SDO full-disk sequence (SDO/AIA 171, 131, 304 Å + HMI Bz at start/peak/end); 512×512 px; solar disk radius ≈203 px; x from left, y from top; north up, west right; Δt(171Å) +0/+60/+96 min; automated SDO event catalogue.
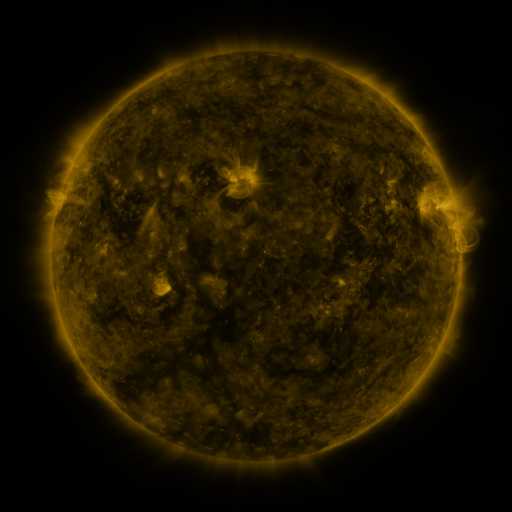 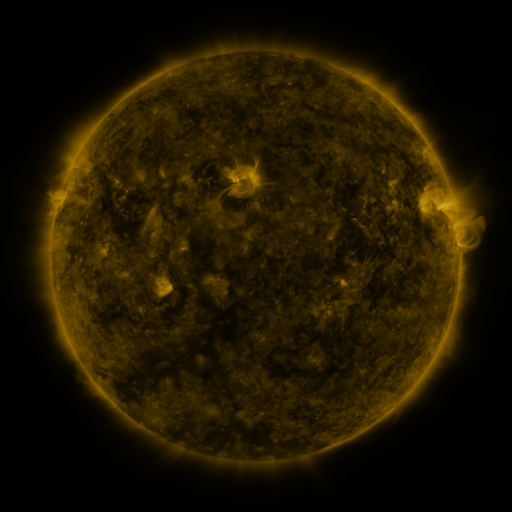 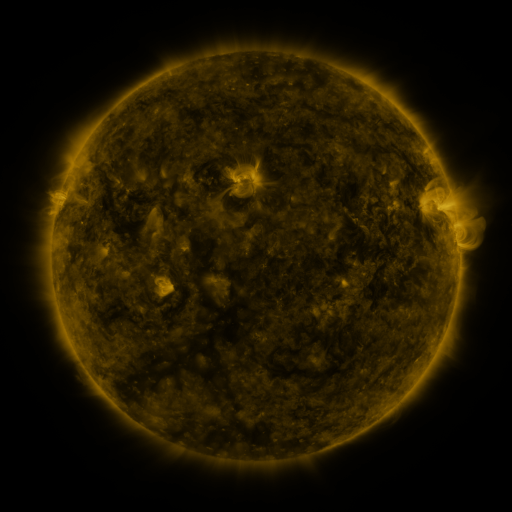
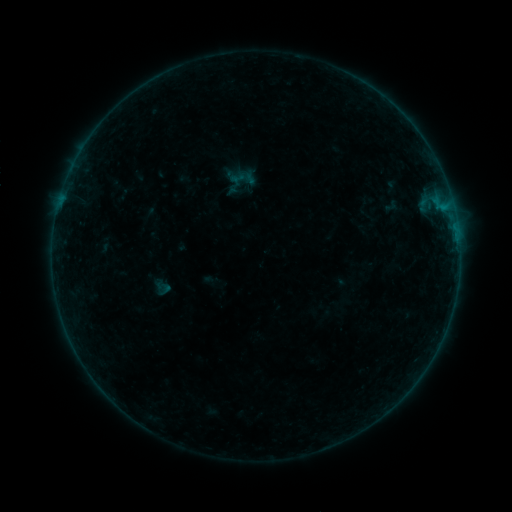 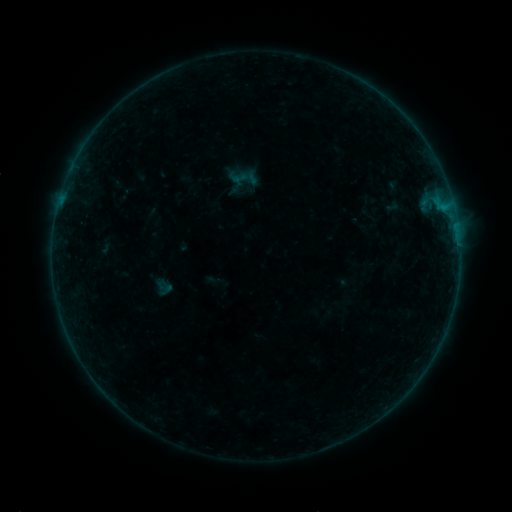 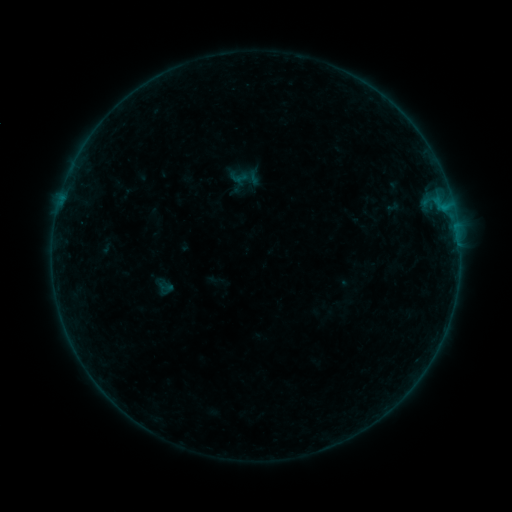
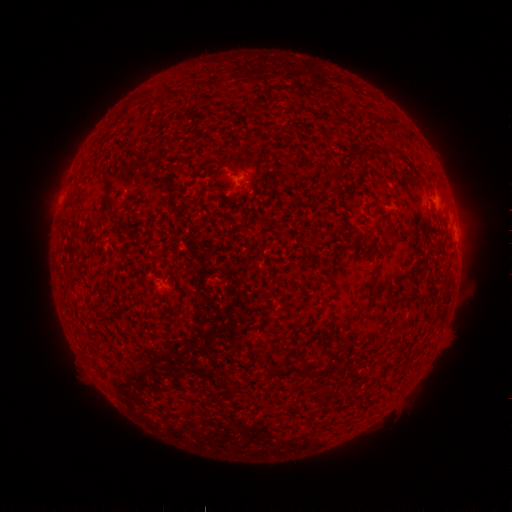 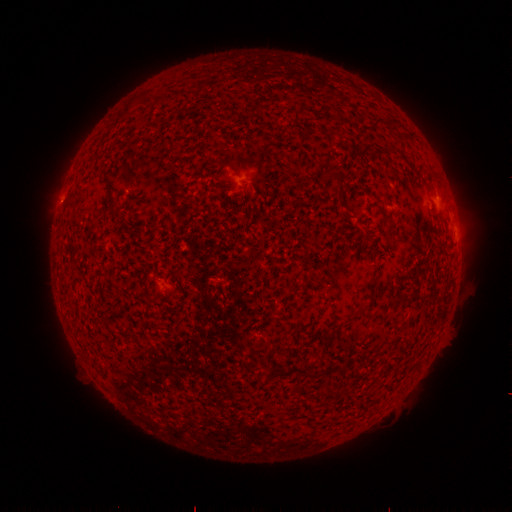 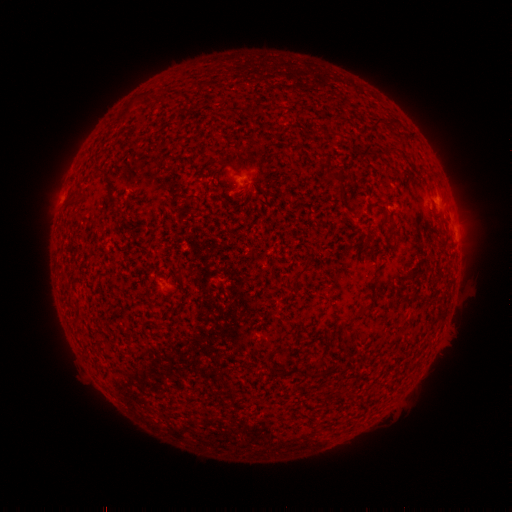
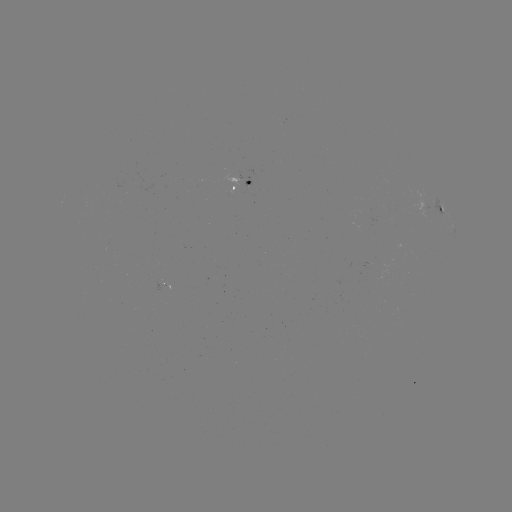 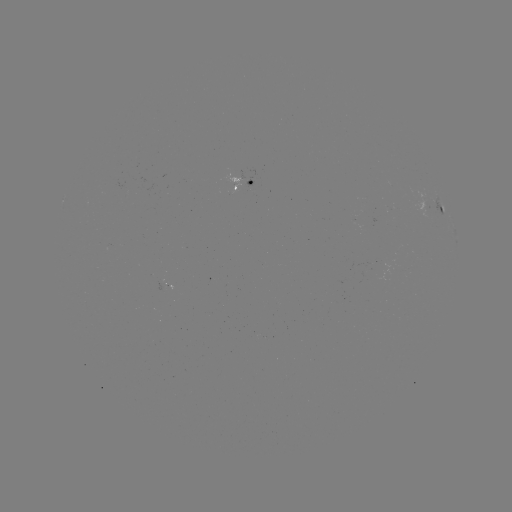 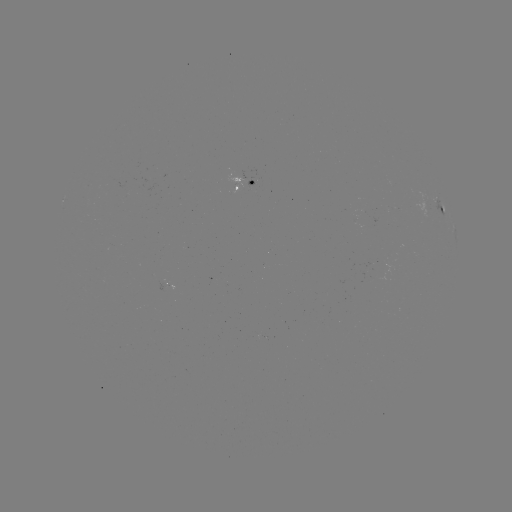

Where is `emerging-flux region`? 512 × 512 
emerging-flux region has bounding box [155, 283, 166, 292].